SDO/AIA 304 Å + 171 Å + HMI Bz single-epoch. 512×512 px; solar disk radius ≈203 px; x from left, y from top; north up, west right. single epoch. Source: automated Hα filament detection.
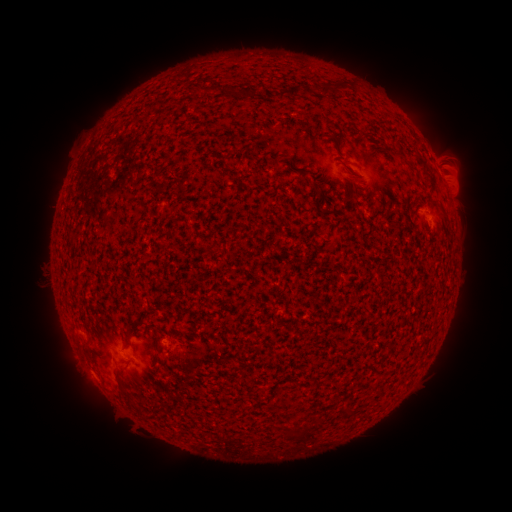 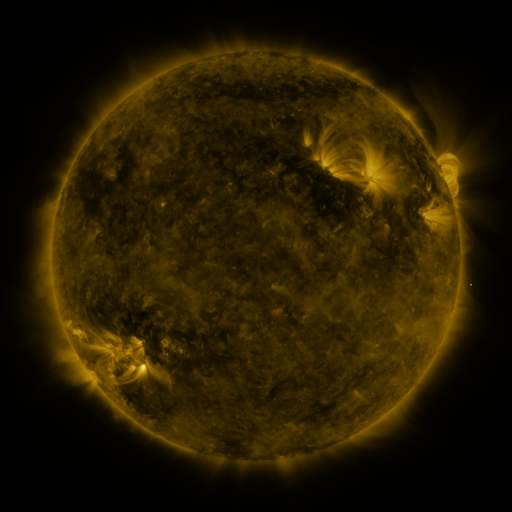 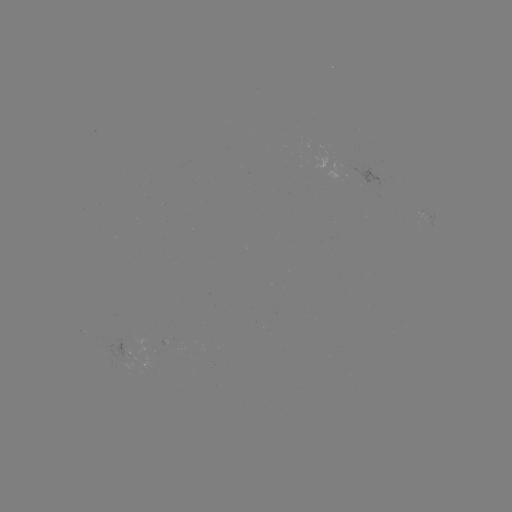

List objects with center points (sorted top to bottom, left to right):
filament: (336, 90)
filament: (294, 93)
filament: (277, 164)
filament: (320, 194)
filament: (107, 217)
filament: (135, 321)
filament: (128, 341)
filament: (120, 388)
filament: (137, 410)
